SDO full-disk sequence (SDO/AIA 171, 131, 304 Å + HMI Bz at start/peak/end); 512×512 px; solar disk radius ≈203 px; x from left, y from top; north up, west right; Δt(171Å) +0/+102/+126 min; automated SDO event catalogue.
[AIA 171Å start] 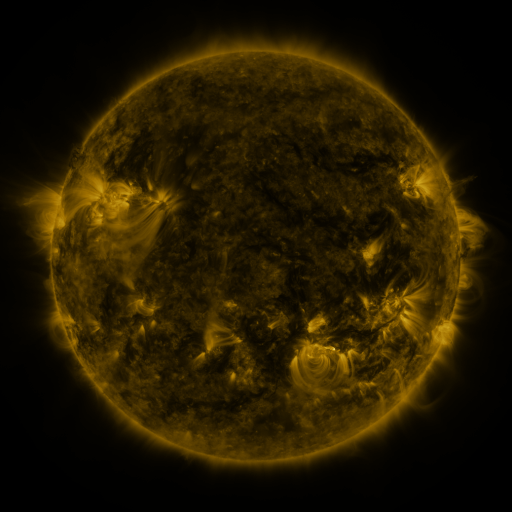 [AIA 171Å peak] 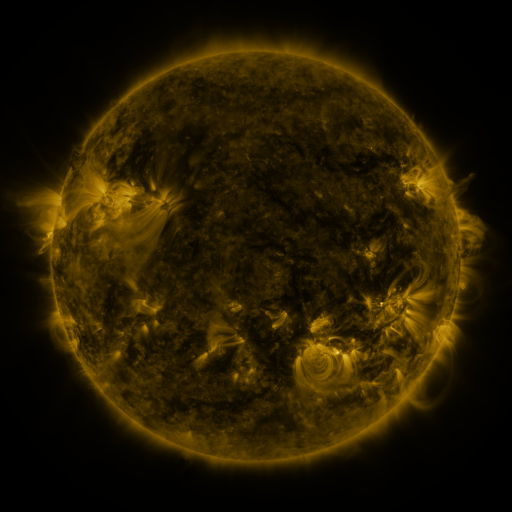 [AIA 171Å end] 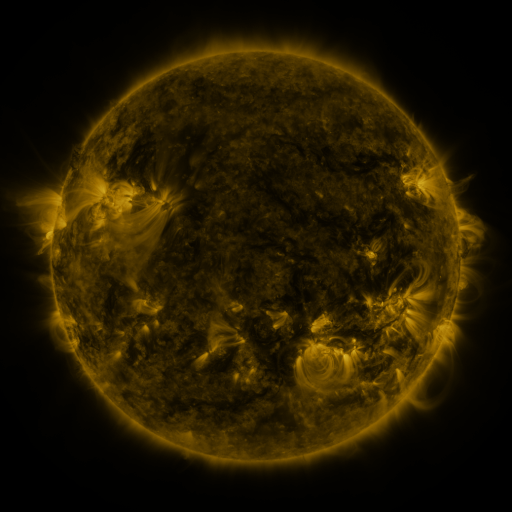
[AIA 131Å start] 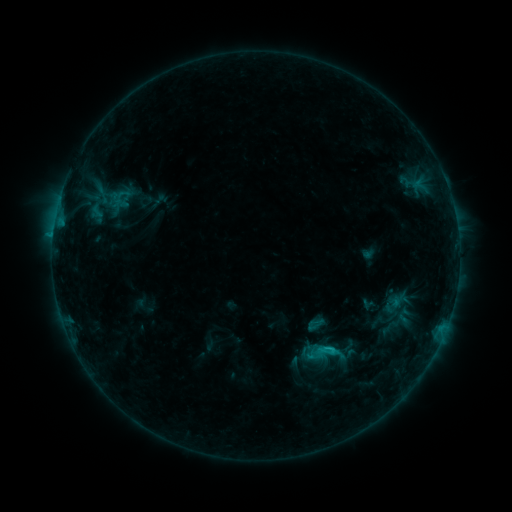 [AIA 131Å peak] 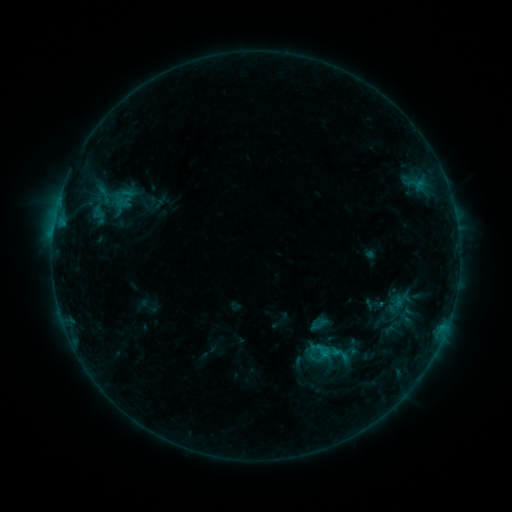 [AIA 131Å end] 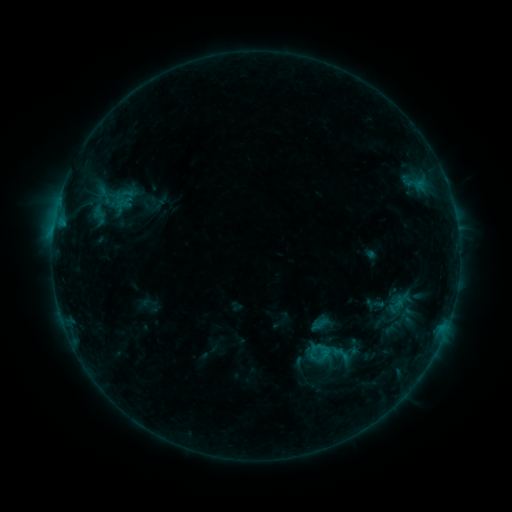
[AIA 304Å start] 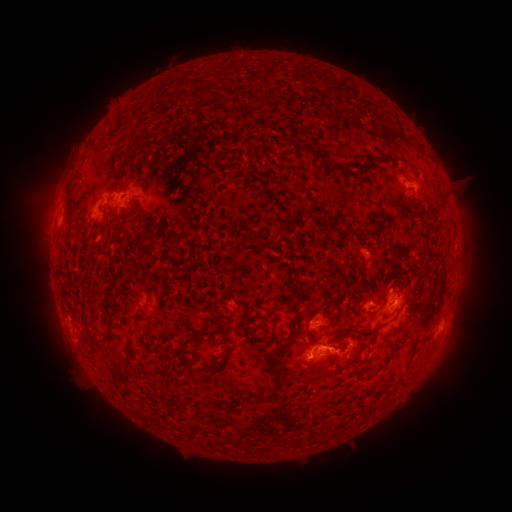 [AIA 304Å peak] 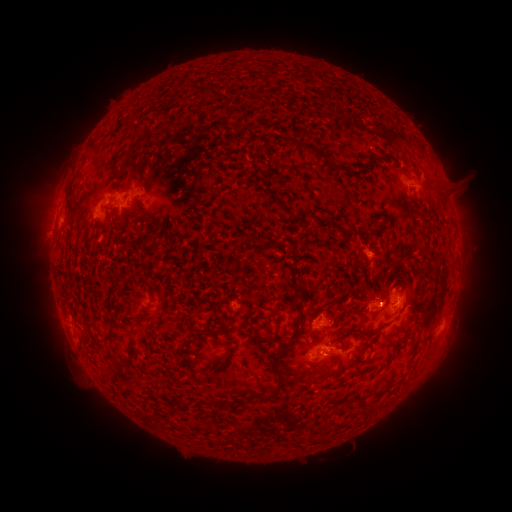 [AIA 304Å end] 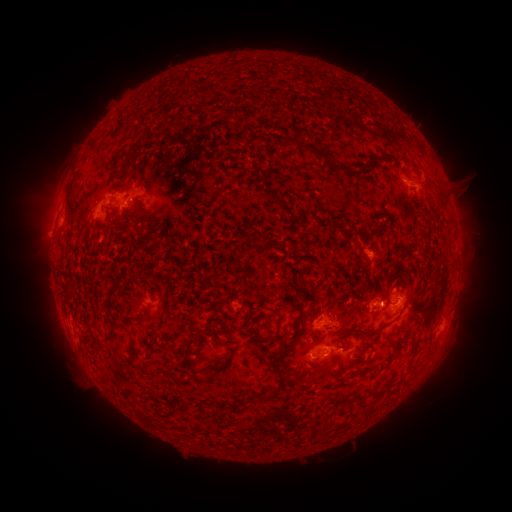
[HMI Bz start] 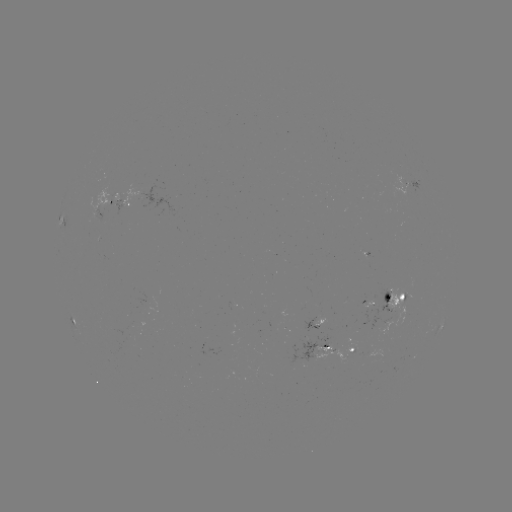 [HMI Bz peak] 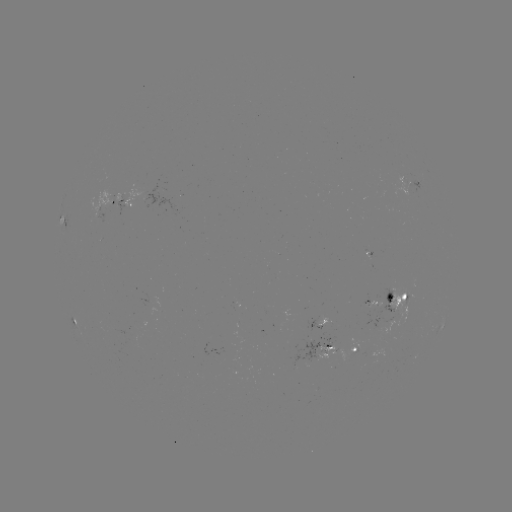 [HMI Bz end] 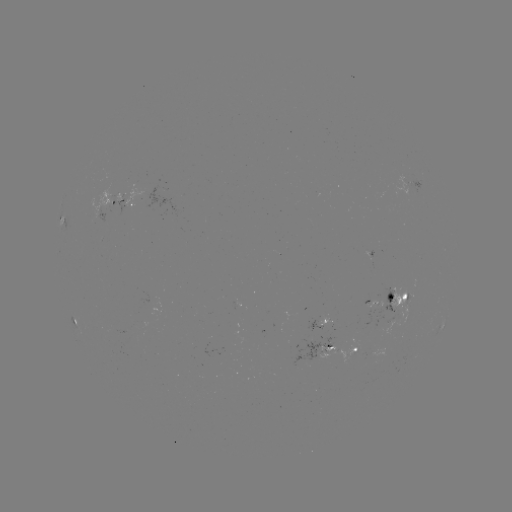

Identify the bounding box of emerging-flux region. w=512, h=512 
[366, 301, 375, 325].